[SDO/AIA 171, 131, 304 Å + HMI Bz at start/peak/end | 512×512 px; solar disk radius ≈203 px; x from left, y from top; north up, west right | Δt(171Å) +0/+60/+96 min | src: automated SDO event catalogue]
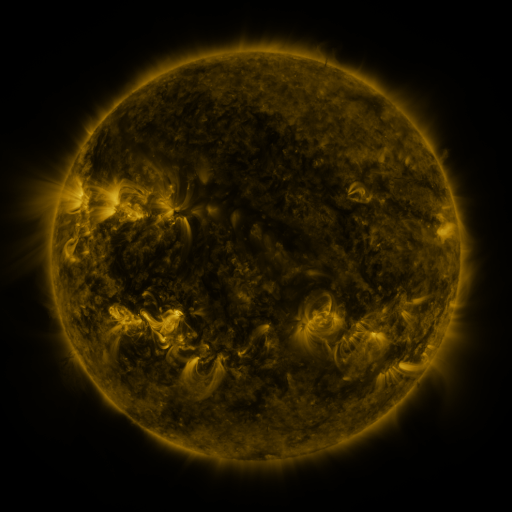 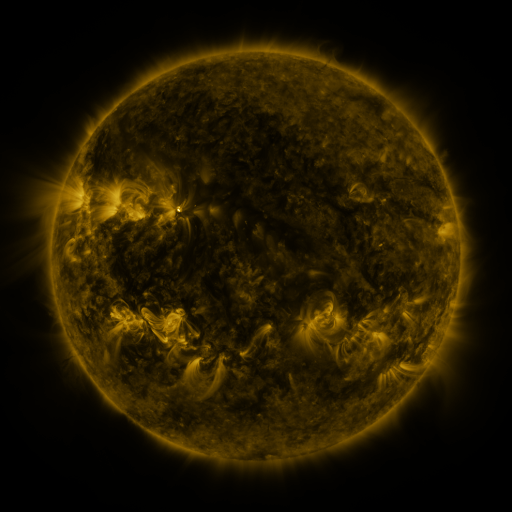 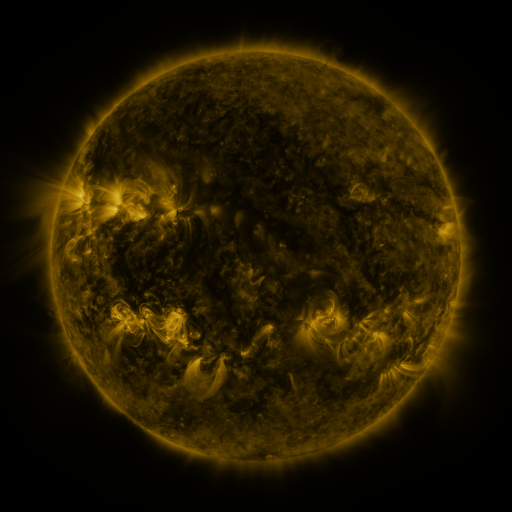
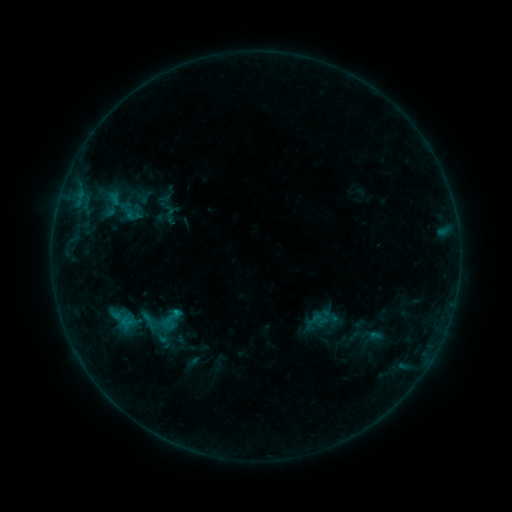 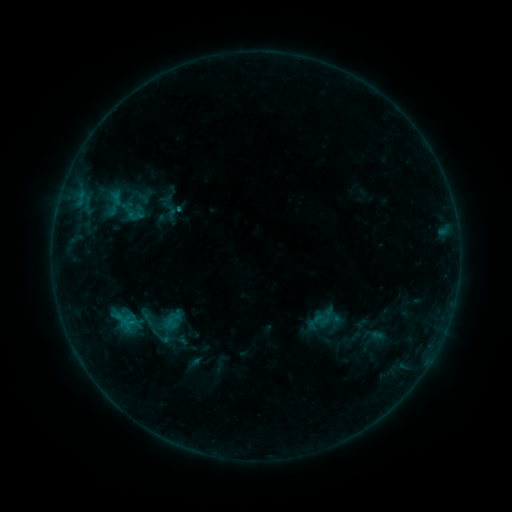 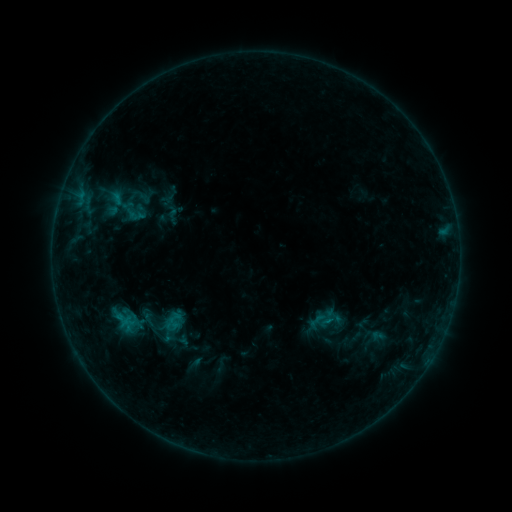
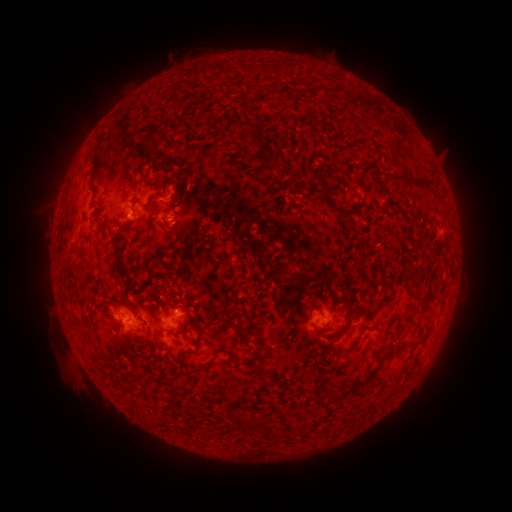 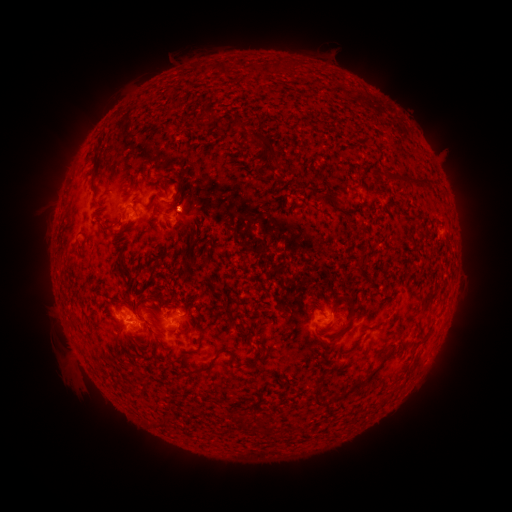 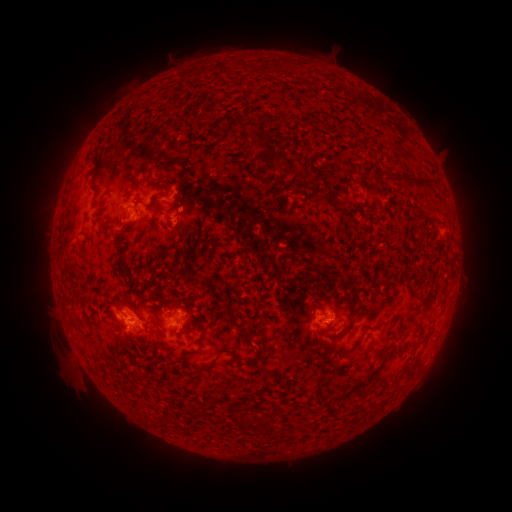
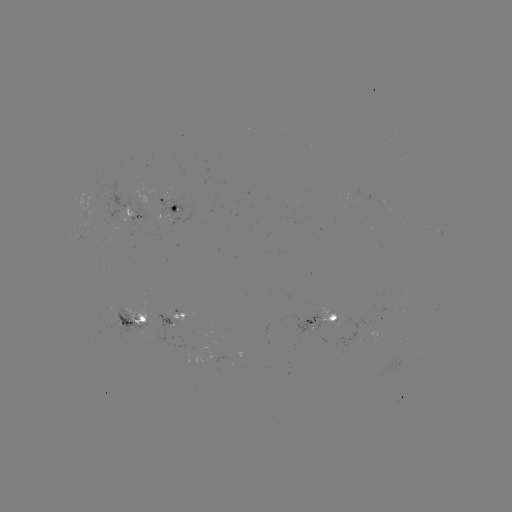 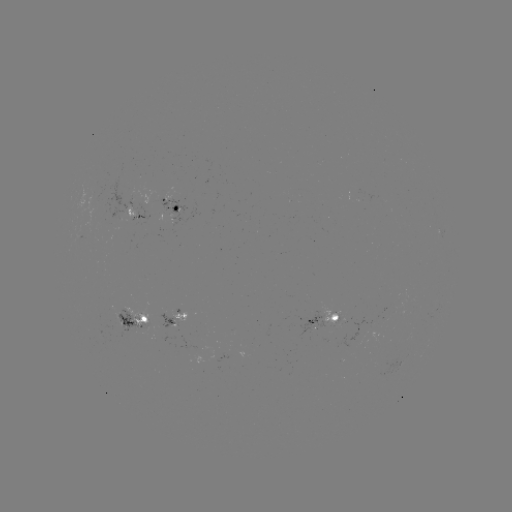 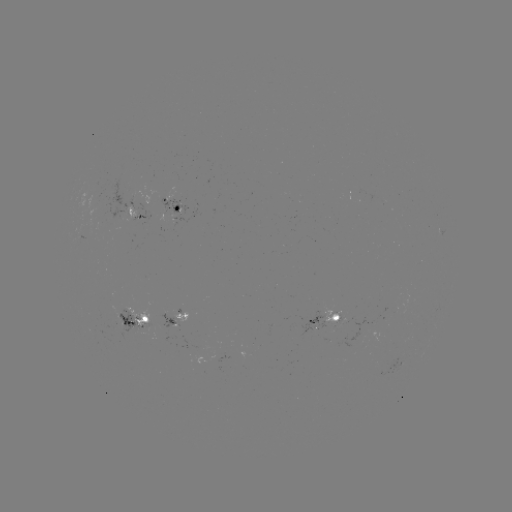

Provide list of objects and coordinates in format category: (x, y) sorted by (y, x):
emerging-flux region: (396, 303)
